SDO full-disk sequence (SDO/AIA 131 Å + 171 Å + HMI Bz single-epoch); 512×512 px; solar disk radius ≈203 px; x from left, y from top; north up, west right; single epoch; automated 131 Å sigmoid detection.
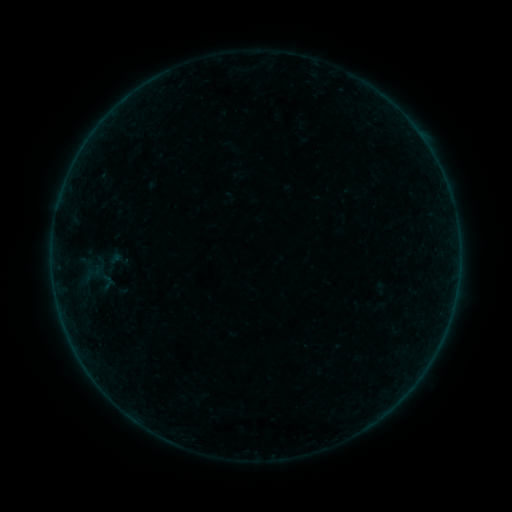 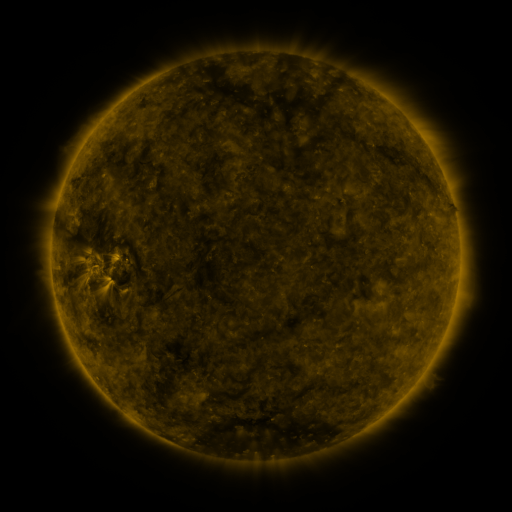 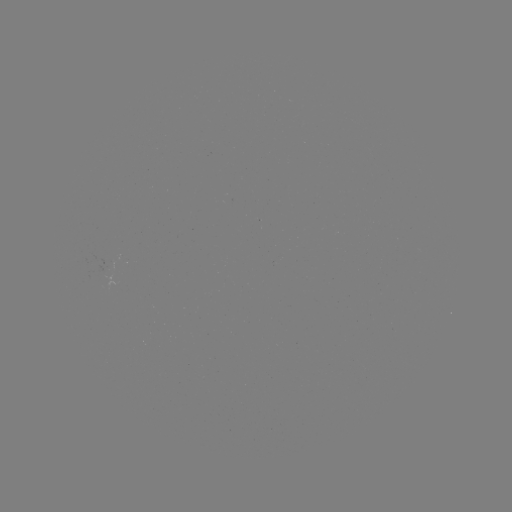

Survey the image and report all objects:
sigmoid: <bbox>95, 245, 132, 277</bbox>
